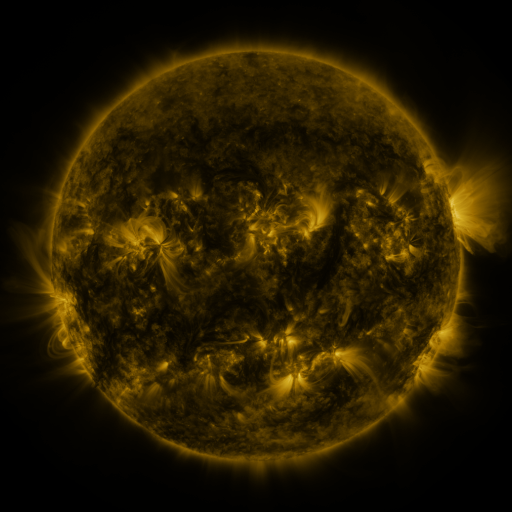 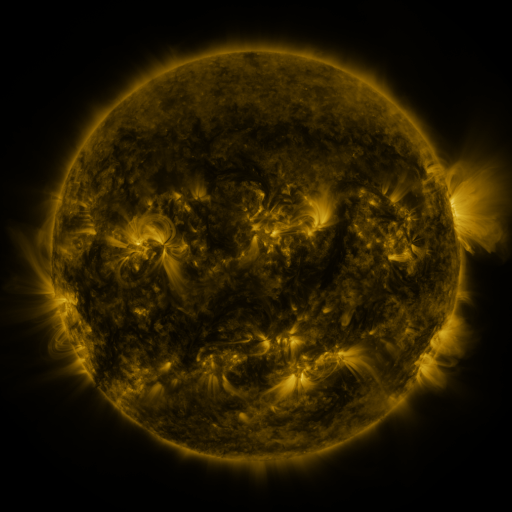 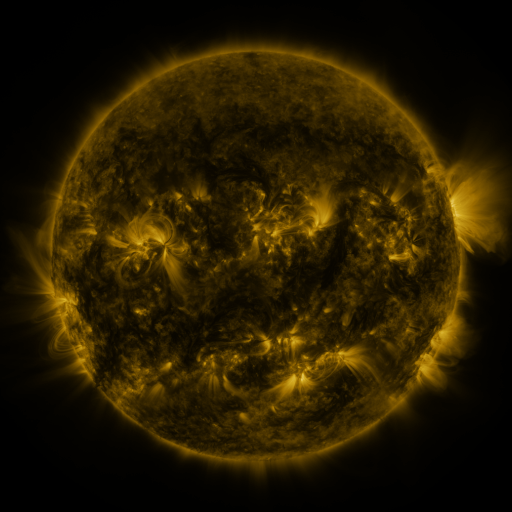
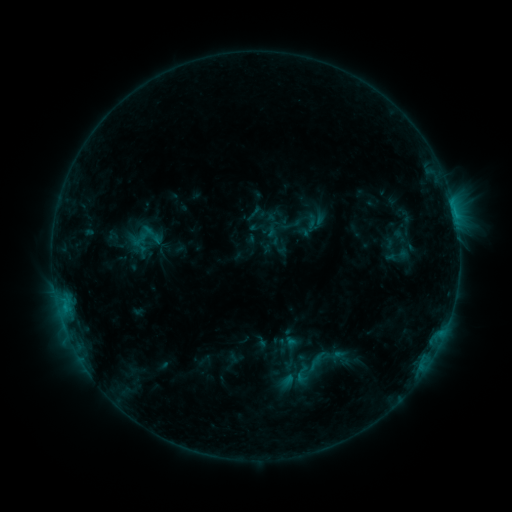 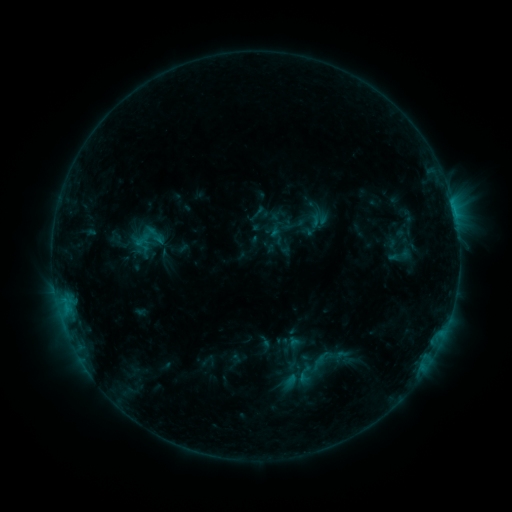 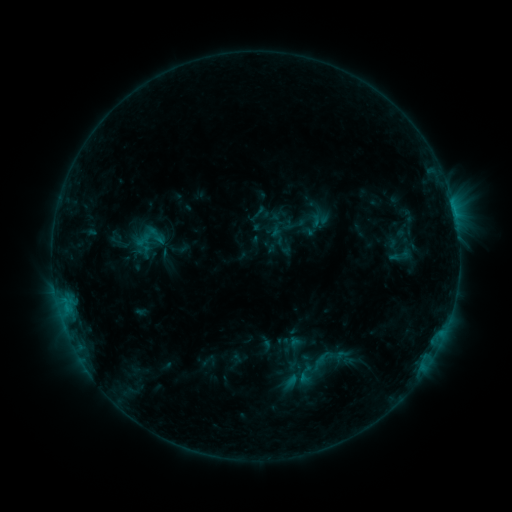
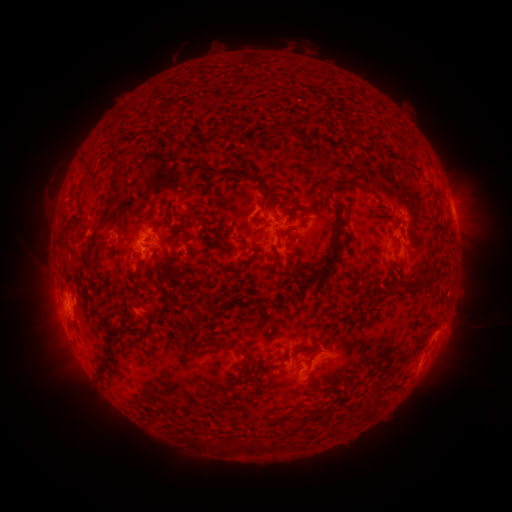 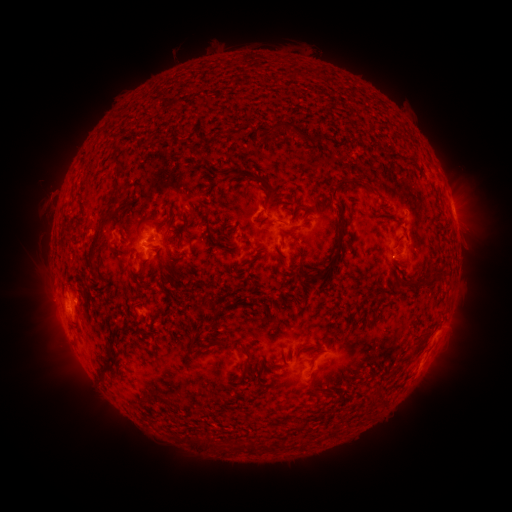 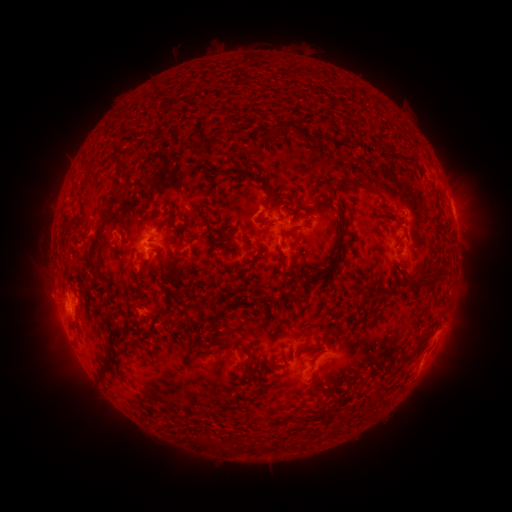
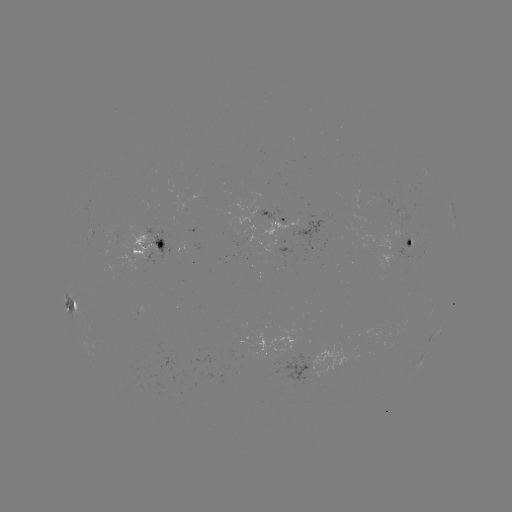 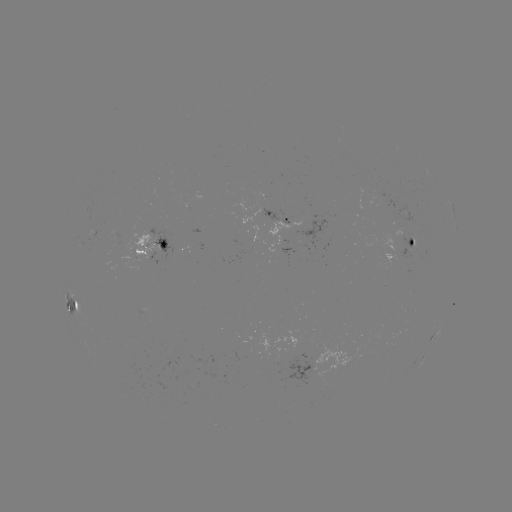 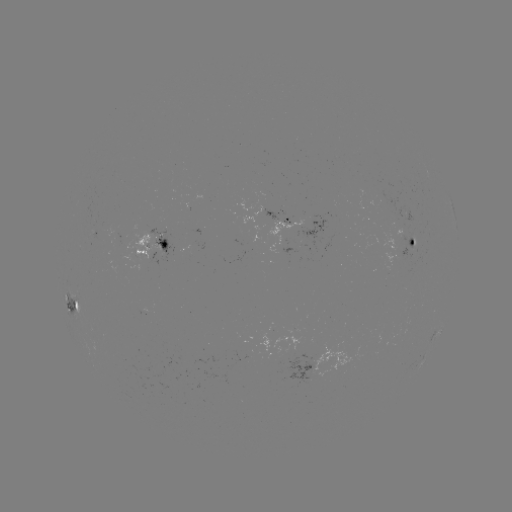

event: emerging-flux region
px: (410, 247)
